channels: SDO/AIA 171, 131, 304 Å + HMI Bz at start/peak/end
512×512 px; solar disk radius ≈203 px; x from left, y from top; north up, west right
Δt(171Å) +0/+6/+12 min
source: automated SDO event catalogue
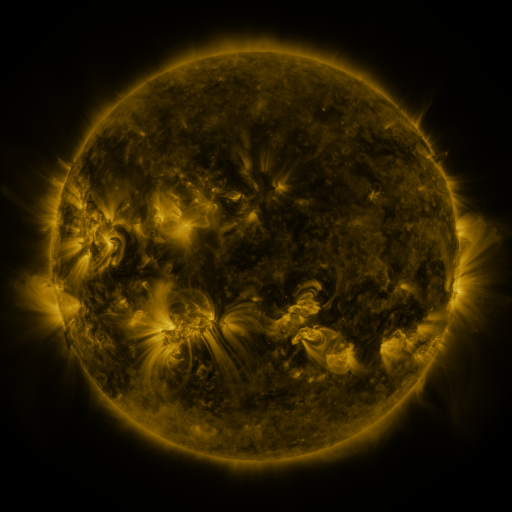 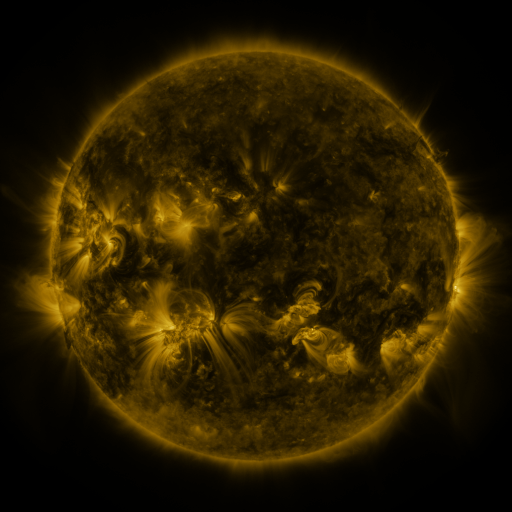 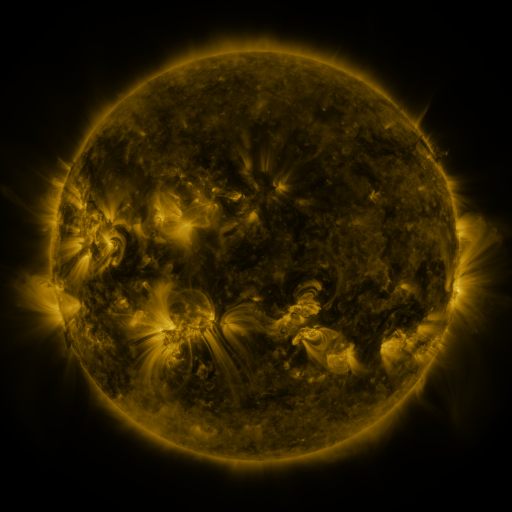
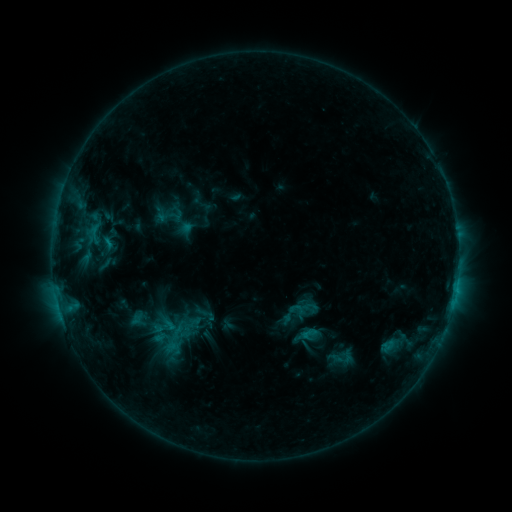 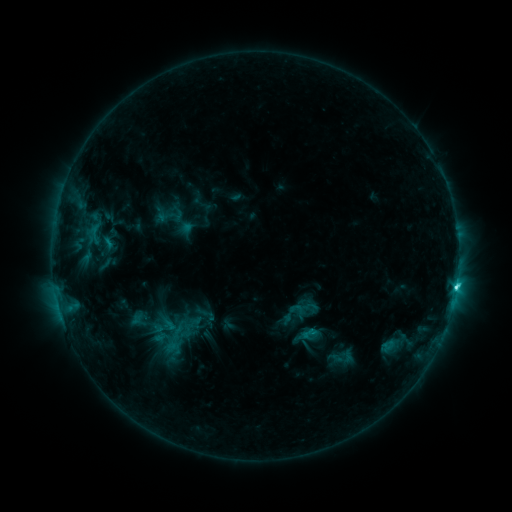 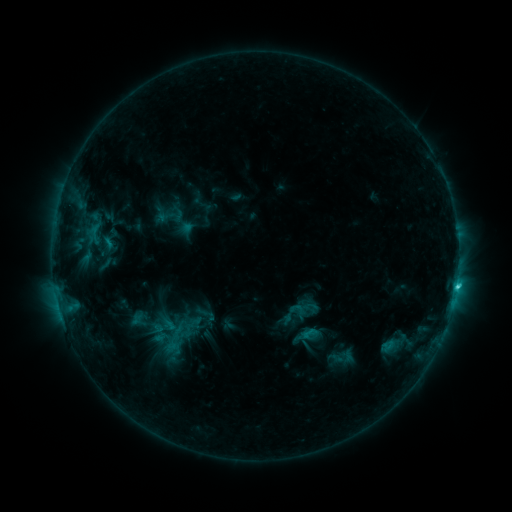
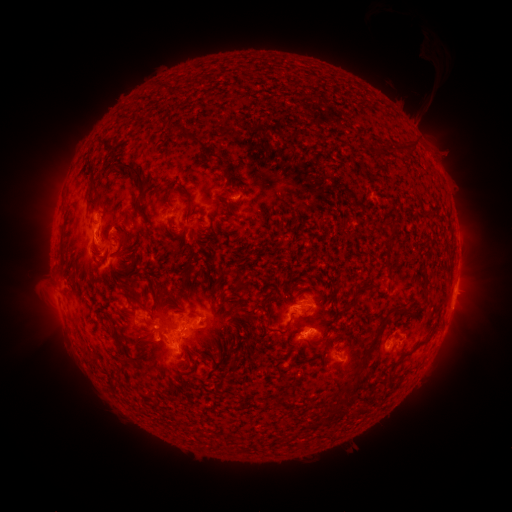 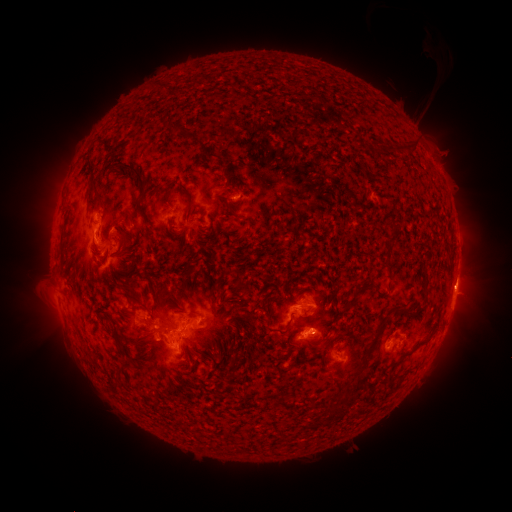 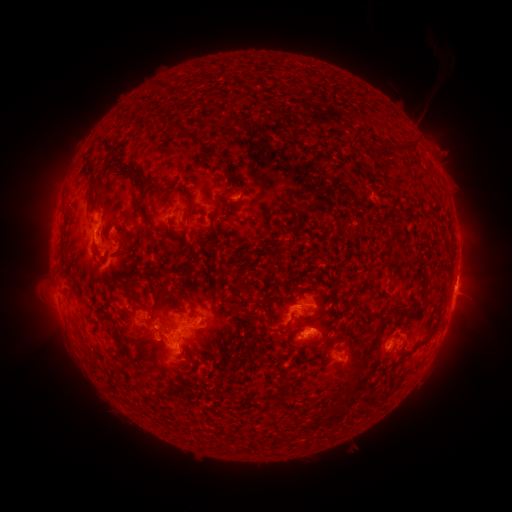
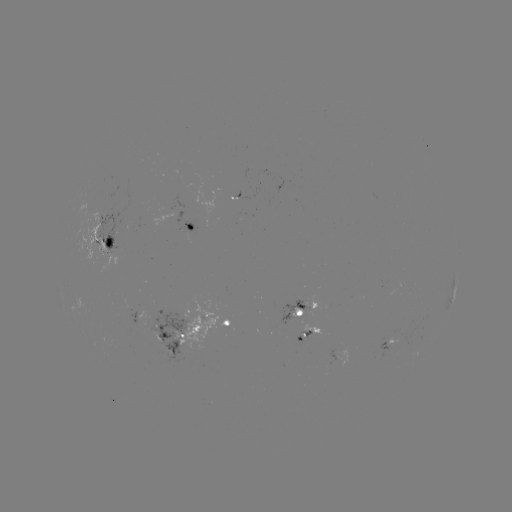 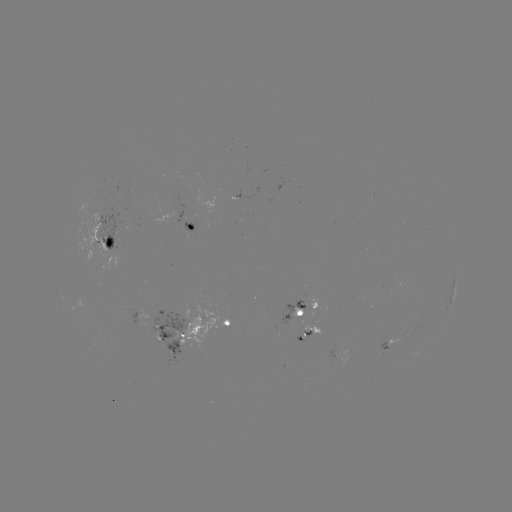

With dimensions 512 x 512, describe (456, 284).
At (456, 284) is C3.6 flare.